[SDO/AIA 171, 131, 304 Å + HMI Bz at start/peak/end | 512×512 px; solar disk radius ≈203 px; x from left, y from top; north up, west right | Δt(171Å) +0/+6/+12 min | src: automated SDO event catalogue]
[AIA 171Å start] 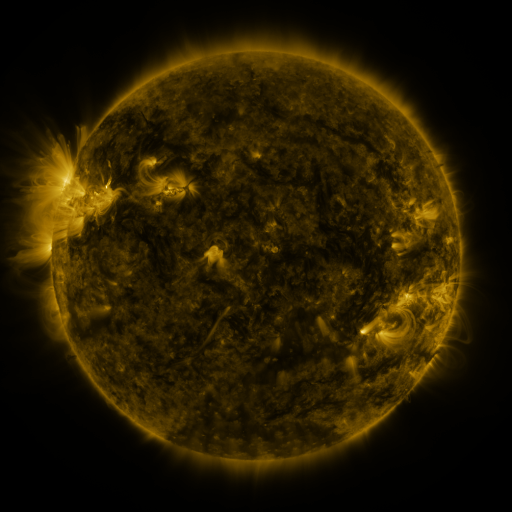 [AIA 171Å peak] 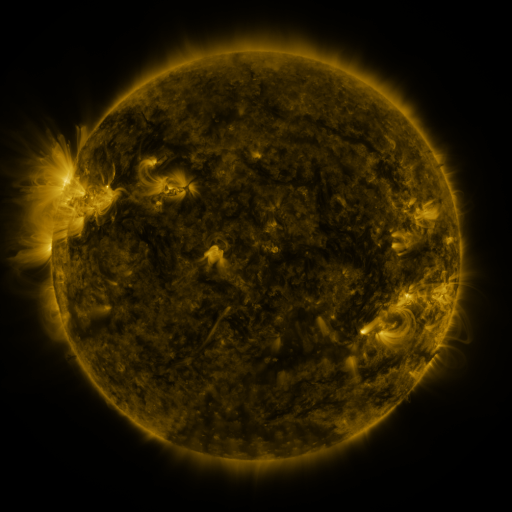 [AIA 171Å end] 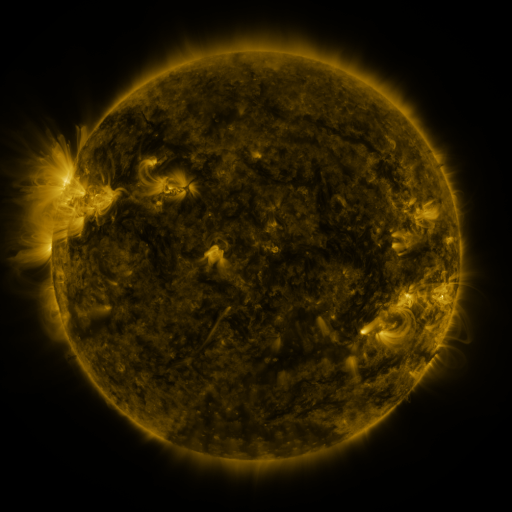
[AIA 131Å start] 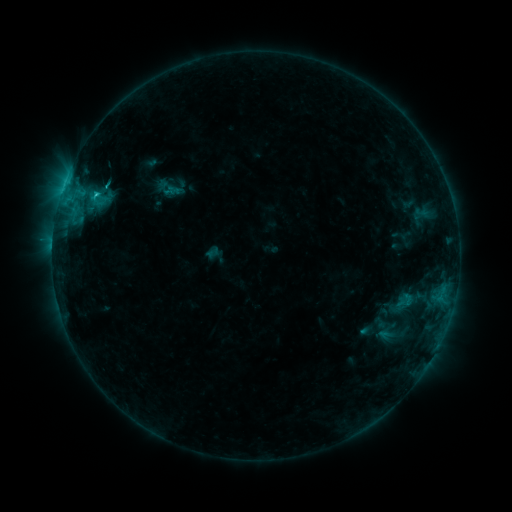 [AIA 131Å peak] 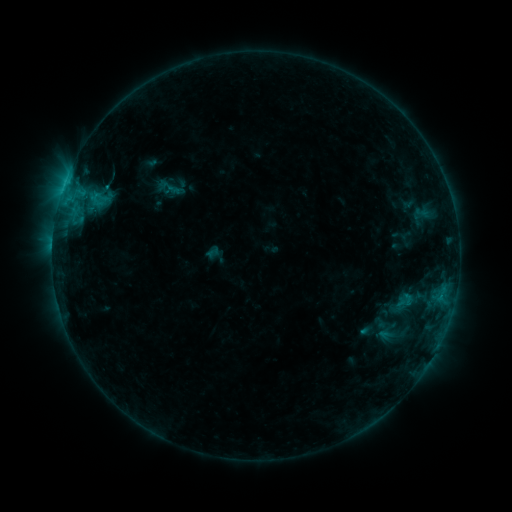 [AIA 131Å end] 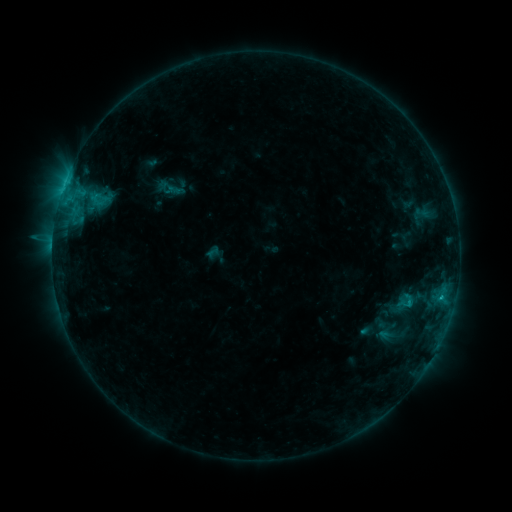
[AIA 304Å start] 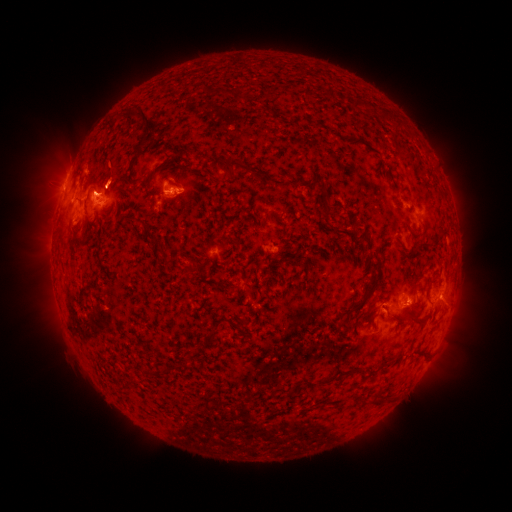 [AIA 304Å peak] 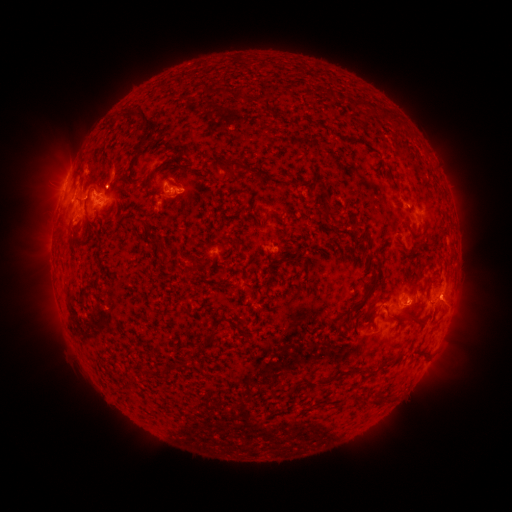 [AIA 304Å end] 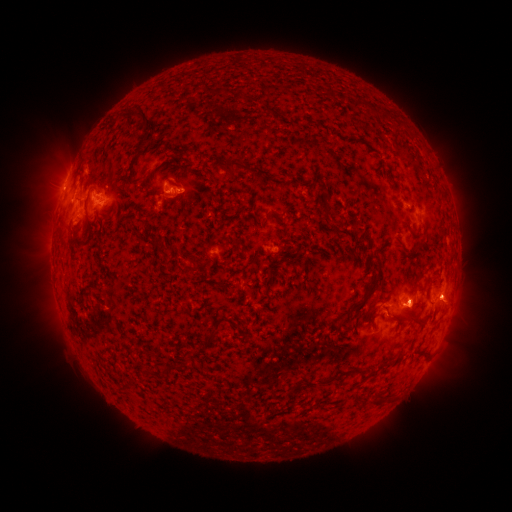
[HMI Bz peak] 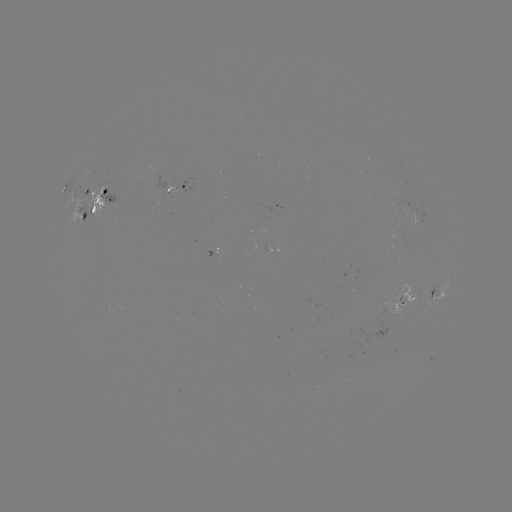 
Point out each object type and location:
eruption: (414, 306)
